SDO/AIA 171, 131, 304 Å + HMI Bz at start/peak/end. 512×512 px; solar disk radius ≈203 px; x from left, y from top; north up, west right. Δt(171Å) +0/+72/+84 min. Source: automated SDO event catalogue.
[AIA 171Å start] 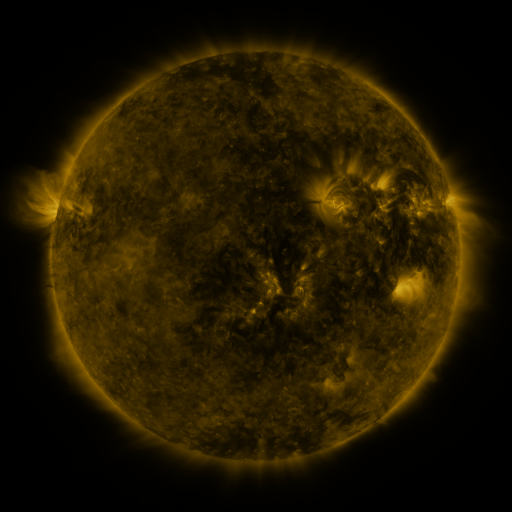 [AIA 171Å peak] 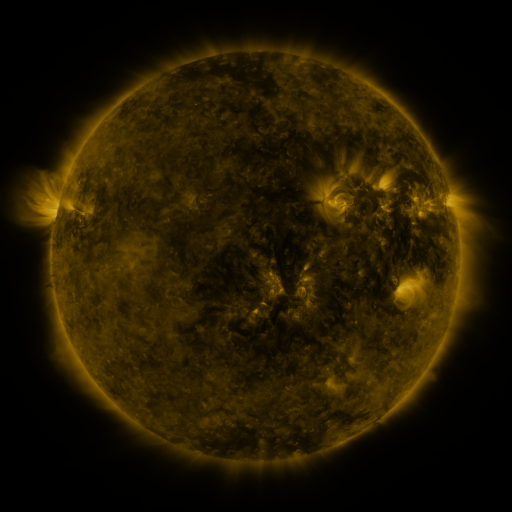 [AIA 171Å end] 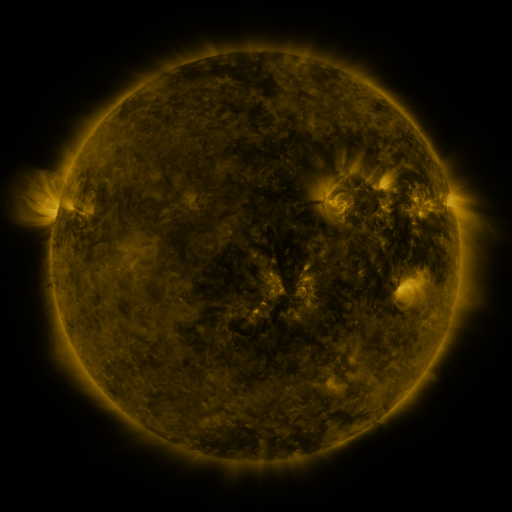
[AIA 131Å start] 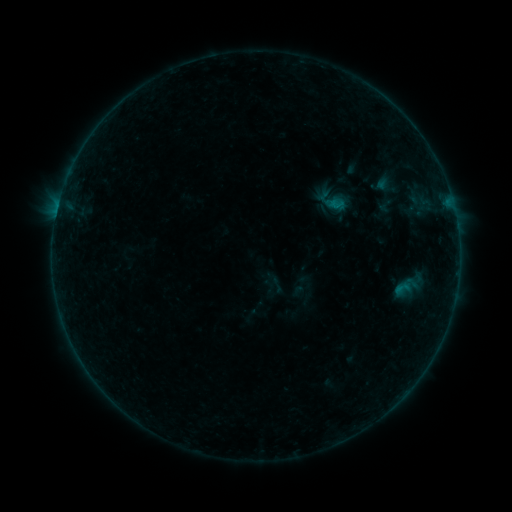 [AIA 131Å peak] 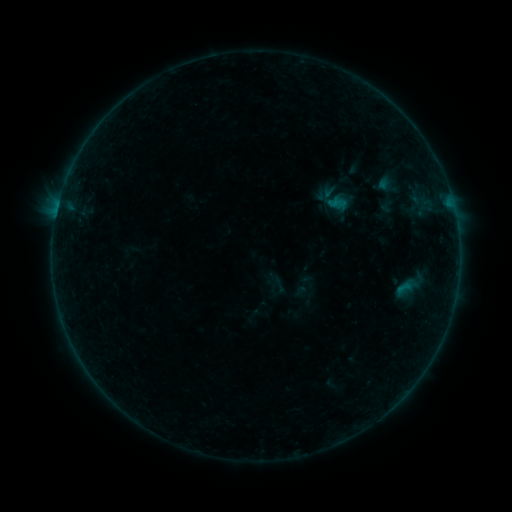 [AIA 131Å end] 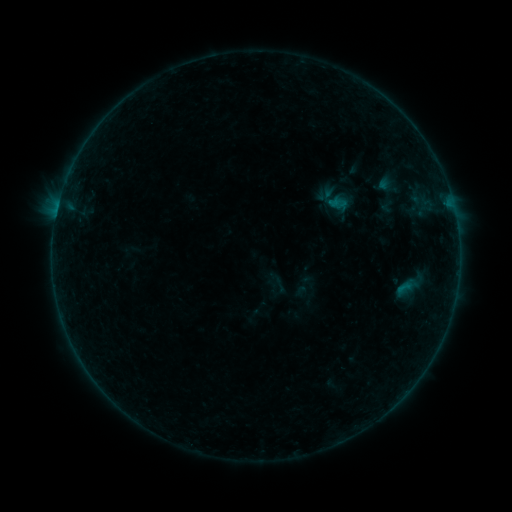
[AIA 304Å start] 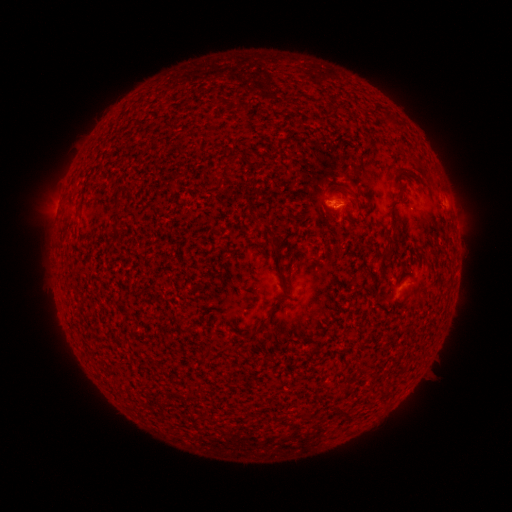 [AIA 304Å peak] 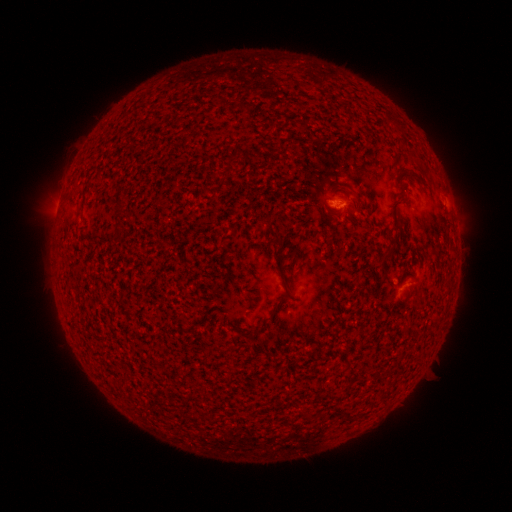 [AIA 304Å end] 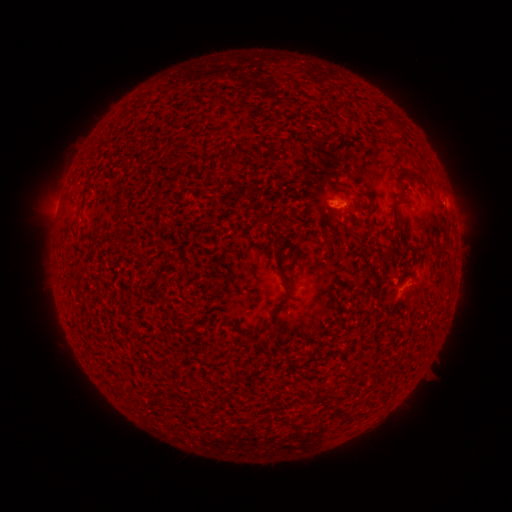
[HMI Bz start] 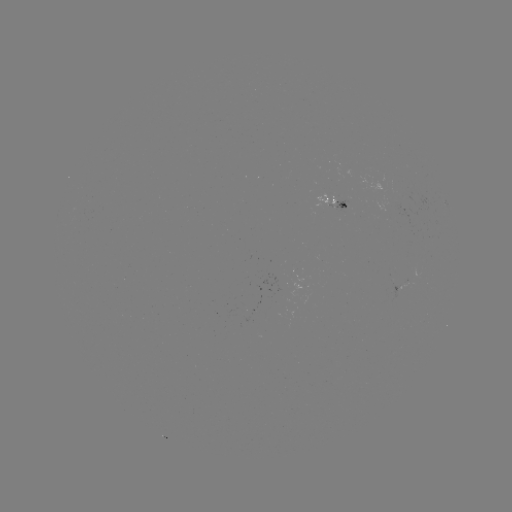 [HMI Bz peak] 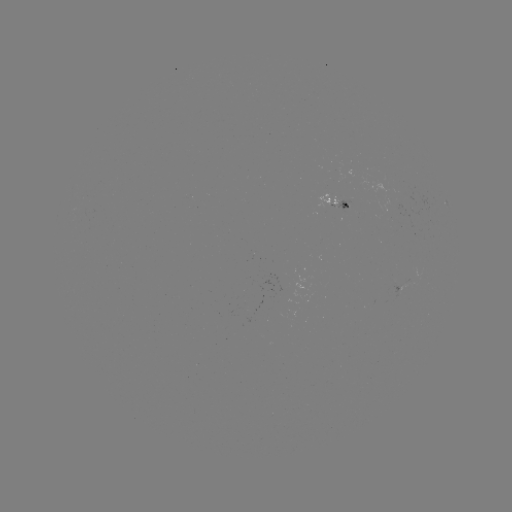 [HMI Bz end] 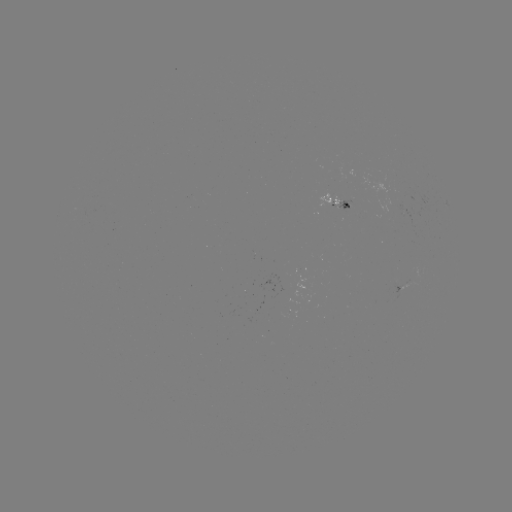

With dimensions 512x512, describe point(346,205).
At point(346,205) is emerging-flux region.